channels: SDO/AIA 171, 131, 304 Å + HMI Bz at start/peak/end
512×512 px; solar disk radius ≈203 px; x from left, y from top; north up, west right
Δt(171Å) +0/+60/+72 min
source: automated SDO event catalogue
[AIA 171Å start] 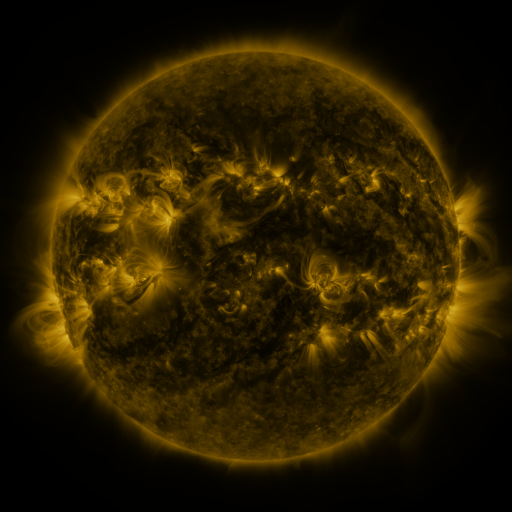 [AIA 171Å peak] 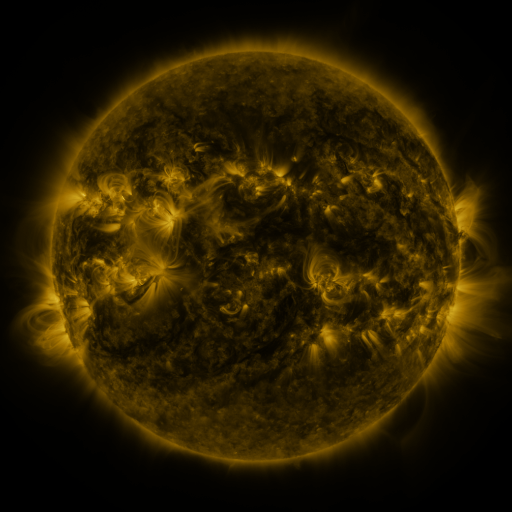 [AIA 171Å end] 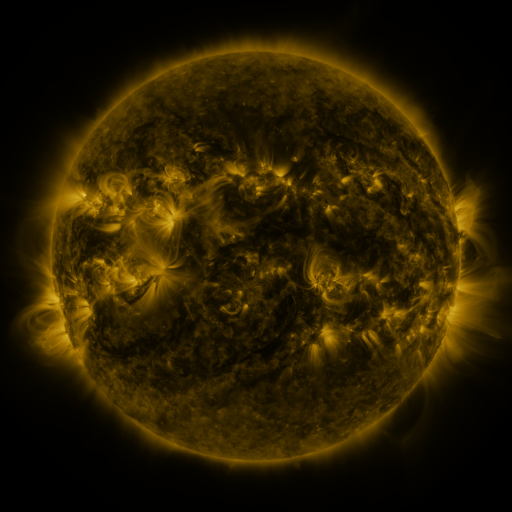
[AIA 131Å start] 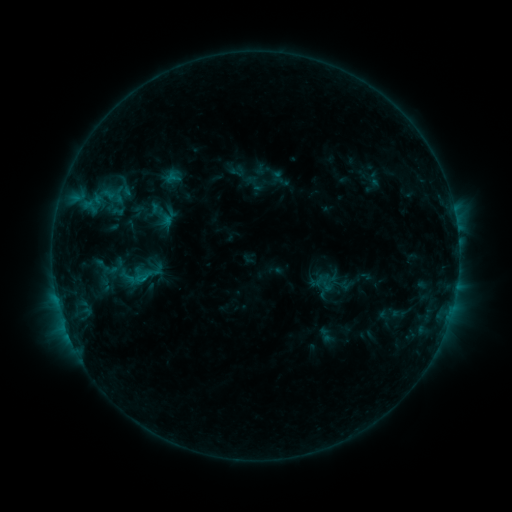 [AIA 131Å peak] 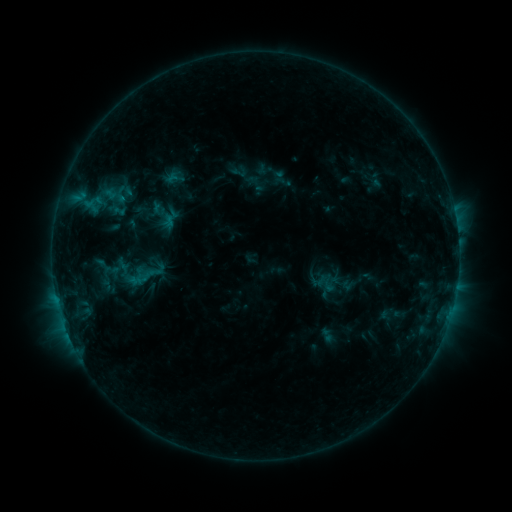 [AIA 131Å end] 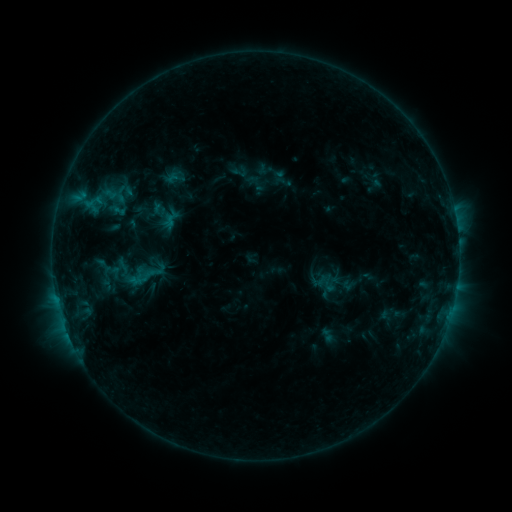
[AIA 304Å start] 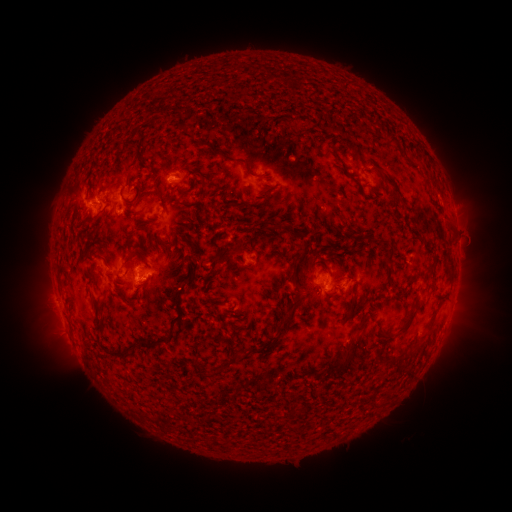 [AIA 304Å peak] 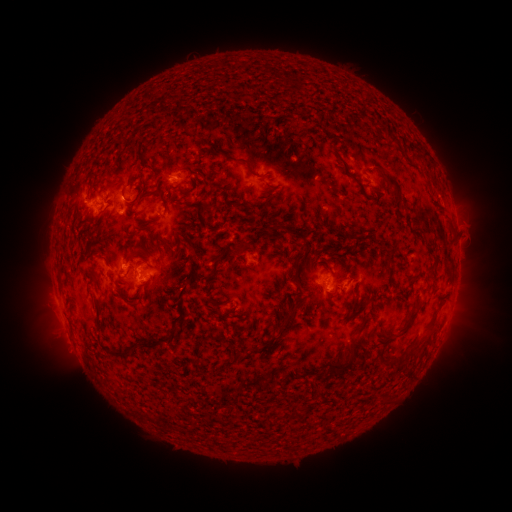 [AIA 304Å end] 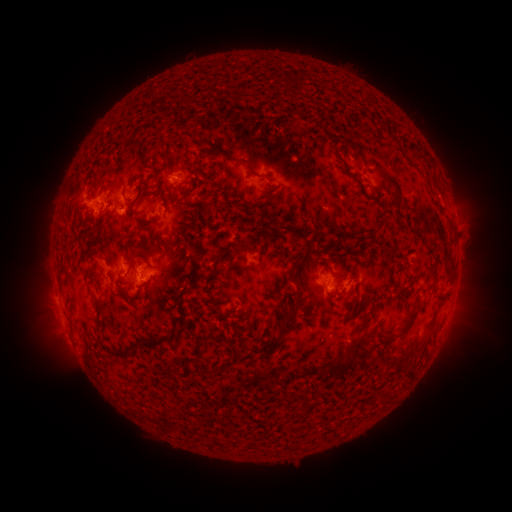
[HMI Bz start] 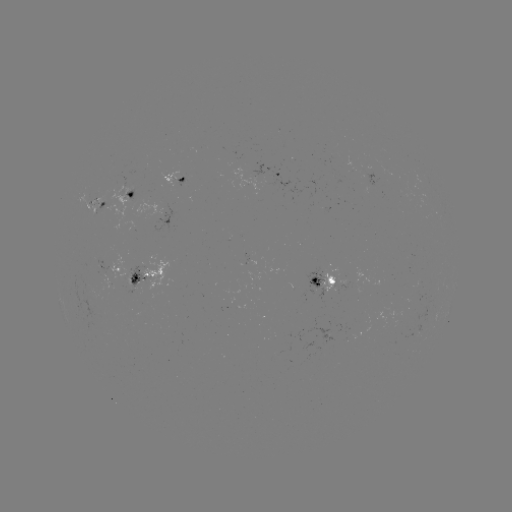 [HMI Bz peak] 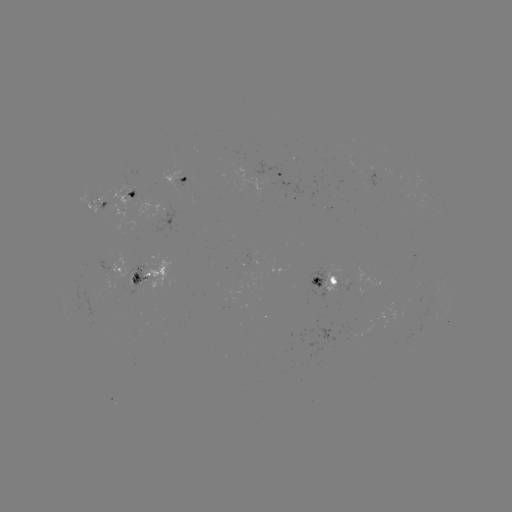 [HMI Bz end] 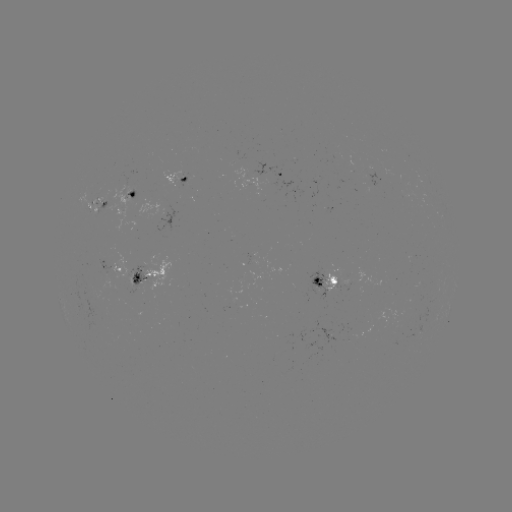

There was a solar emerging-flux region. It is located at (106, 197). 